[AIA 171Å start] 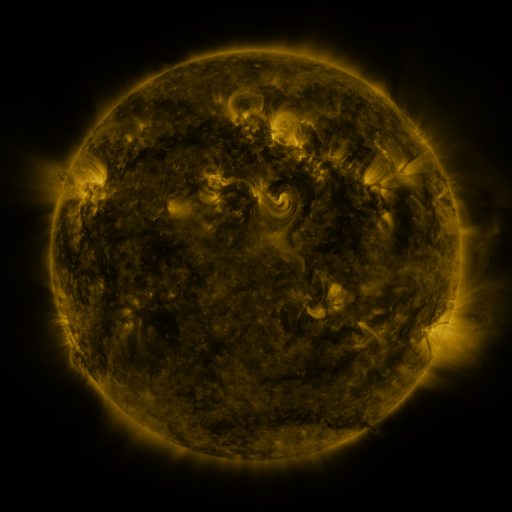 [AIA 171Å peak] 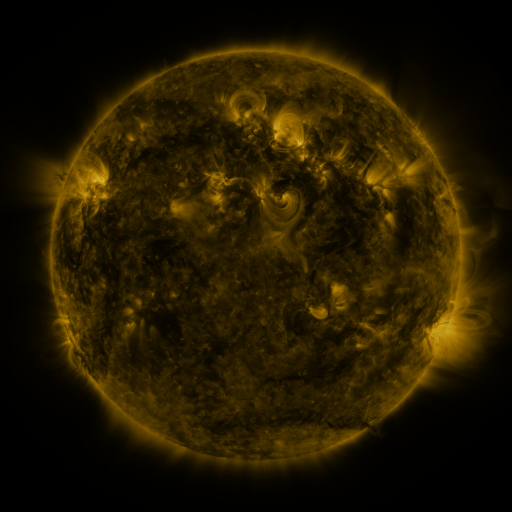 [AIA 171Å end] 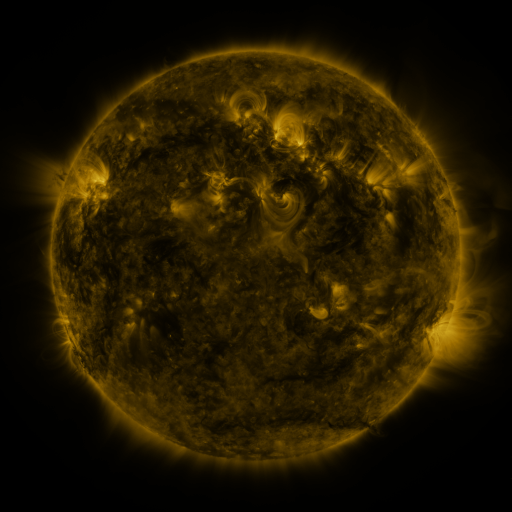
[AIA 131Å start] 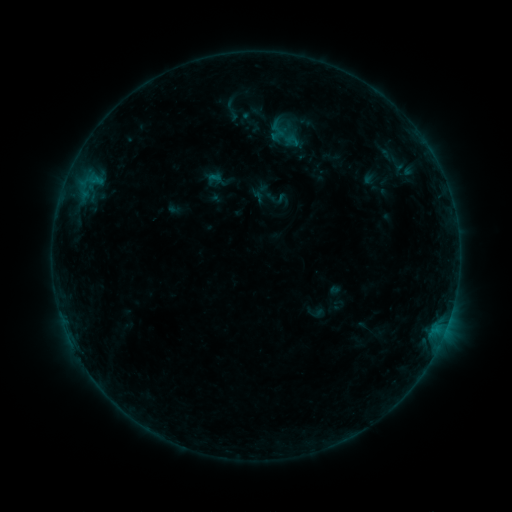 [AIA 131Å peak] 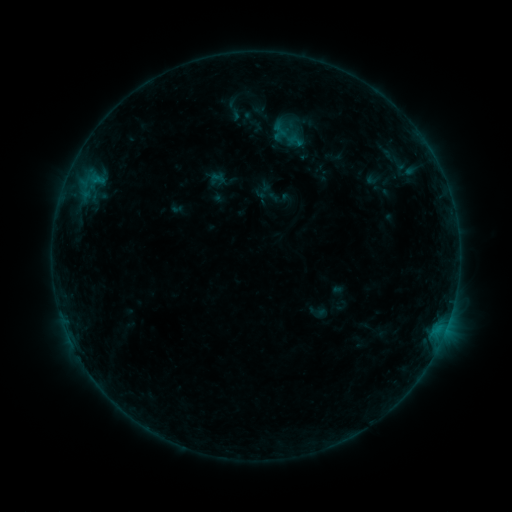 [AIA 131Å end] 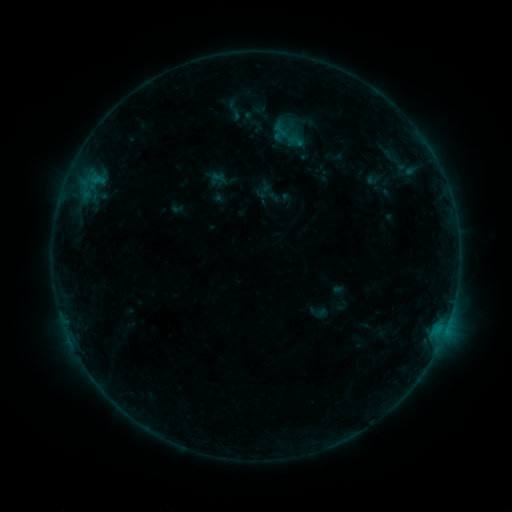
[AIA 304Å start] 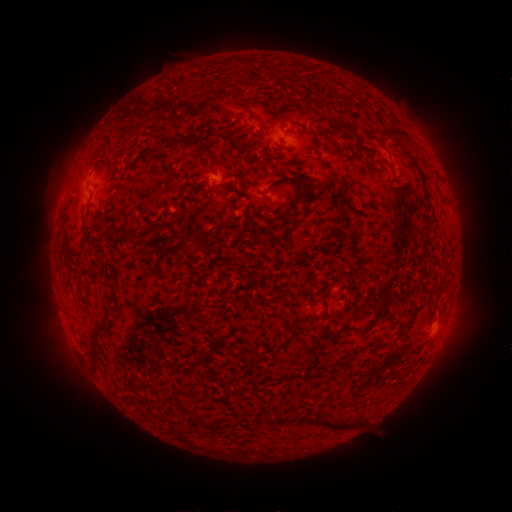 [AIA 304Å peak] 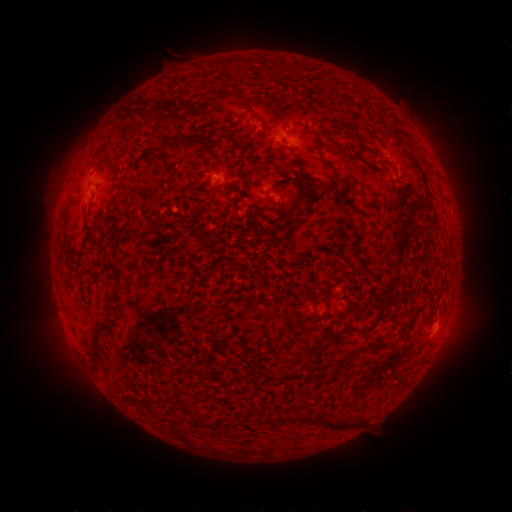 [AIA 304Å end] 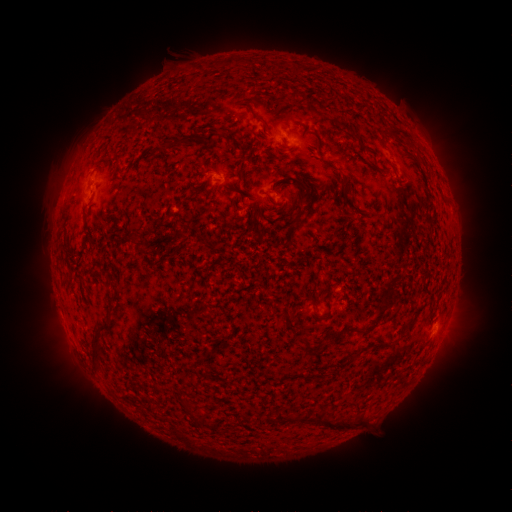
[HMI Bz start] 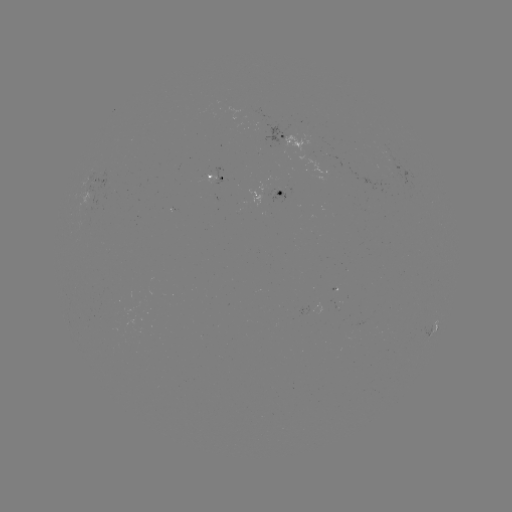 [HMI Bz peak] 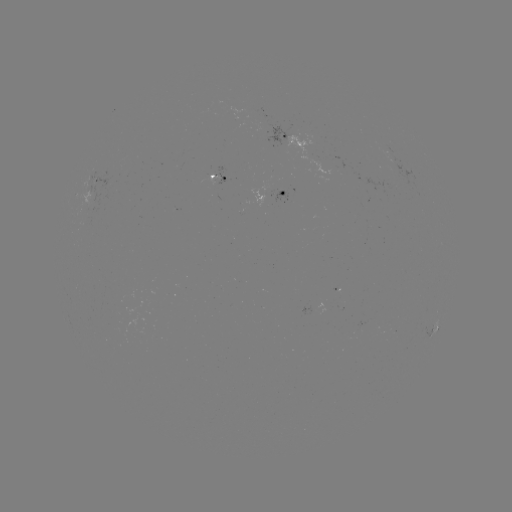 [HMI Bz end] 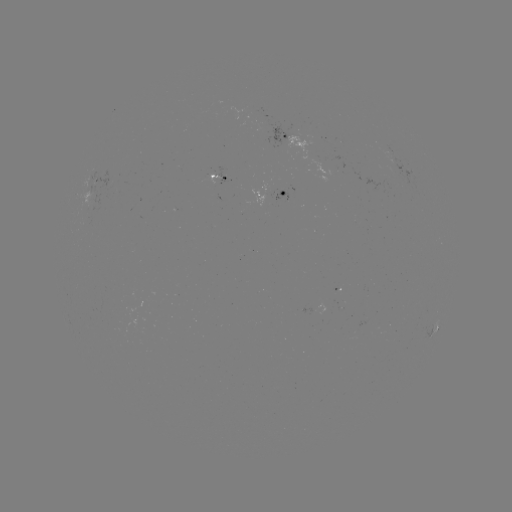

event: emerging-flux region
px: (211, 173)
